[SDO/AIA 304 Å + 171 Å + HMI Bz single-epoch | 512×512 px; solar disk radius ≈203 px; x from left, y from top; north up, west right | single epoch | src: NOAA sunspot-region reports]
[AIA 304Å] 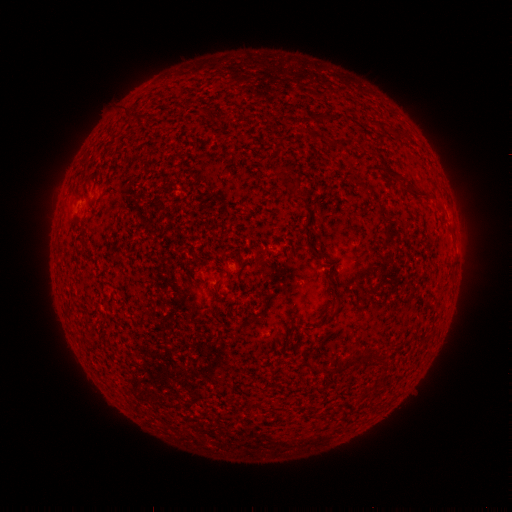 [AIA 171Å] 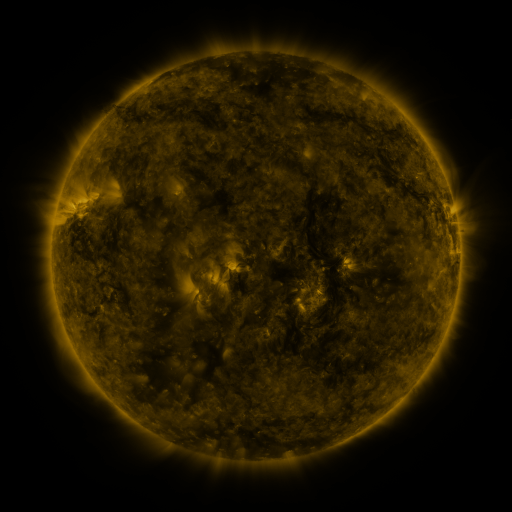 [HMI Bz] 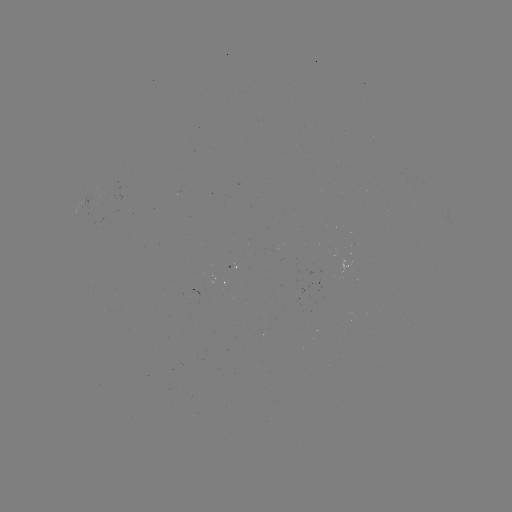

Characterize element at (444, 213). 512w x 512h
spotted active region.